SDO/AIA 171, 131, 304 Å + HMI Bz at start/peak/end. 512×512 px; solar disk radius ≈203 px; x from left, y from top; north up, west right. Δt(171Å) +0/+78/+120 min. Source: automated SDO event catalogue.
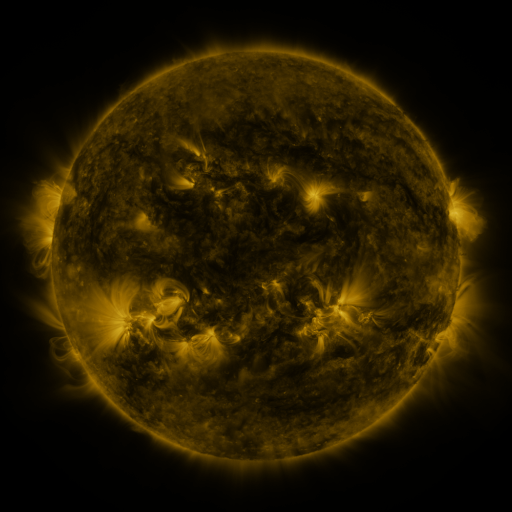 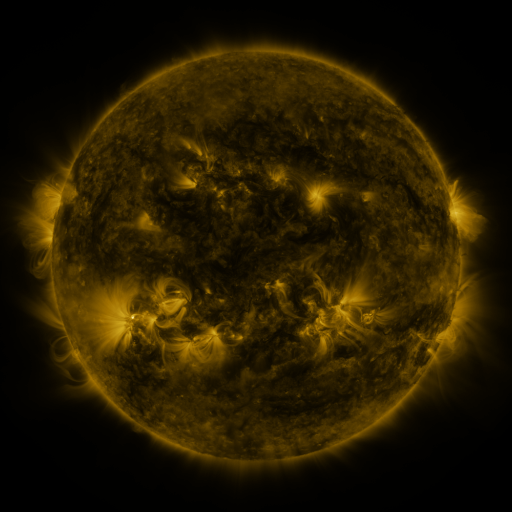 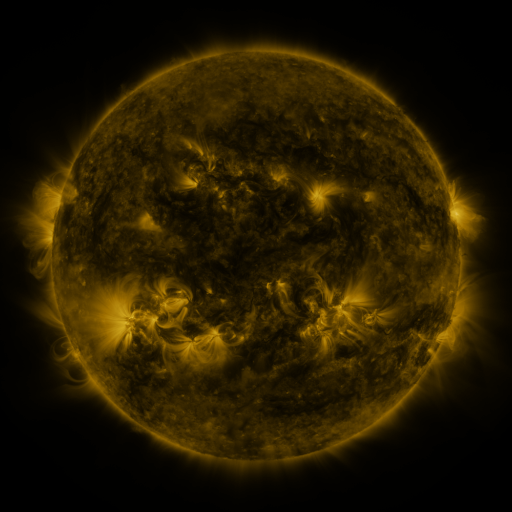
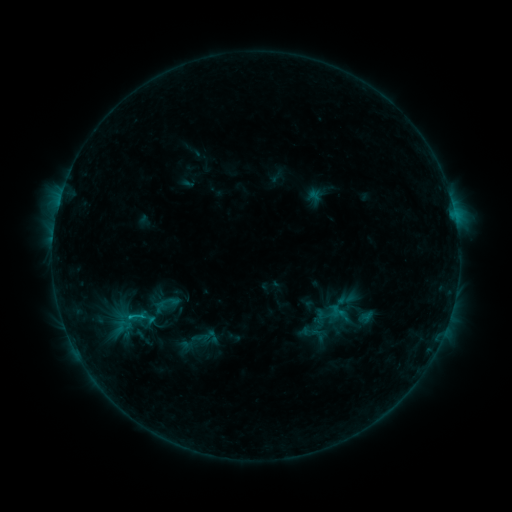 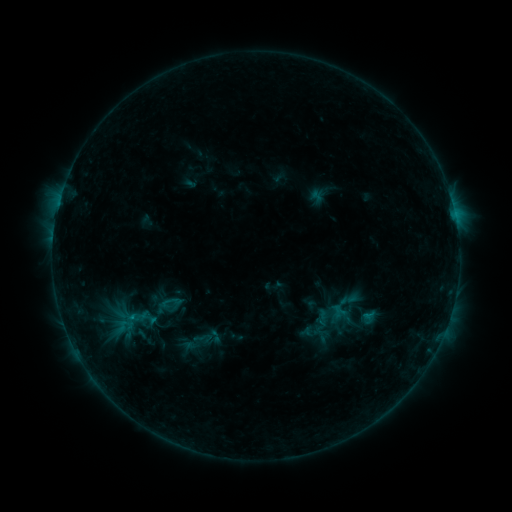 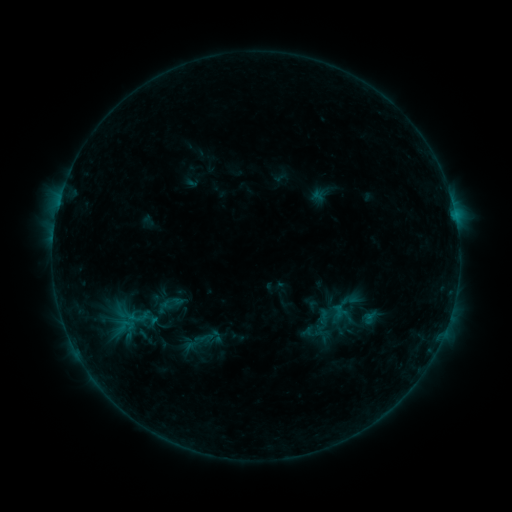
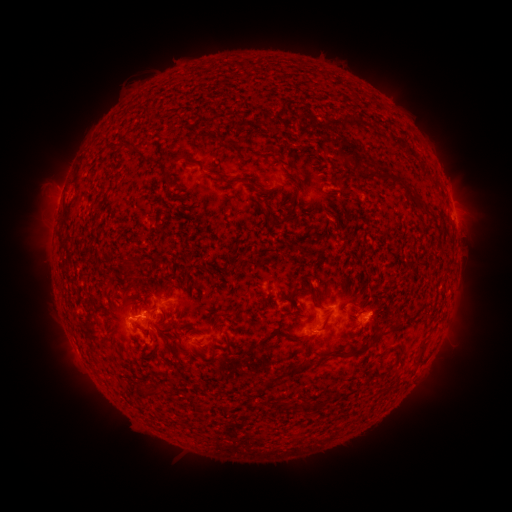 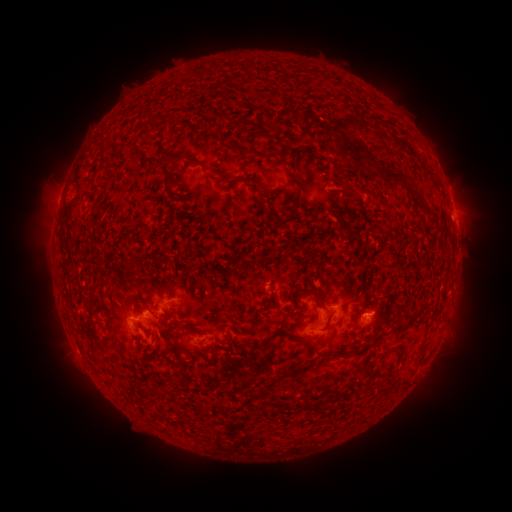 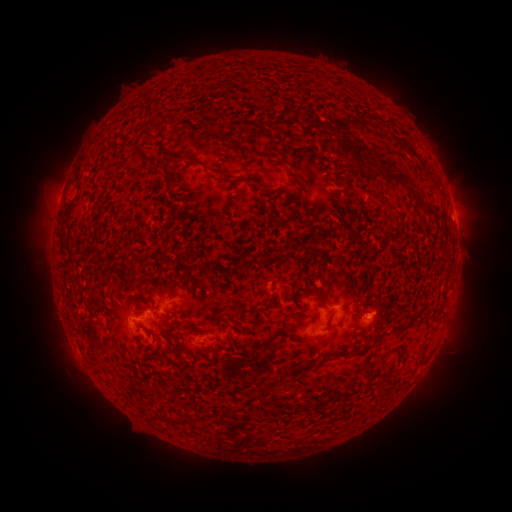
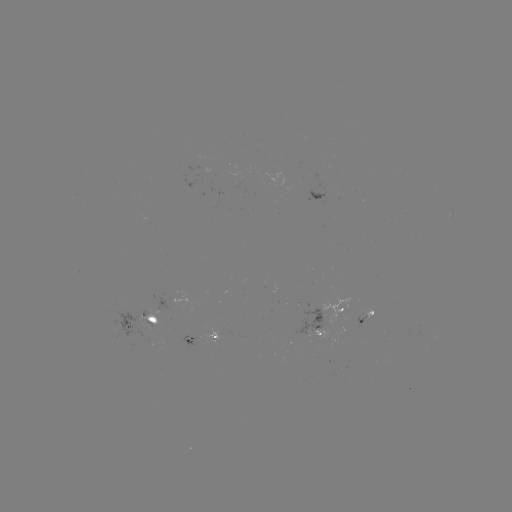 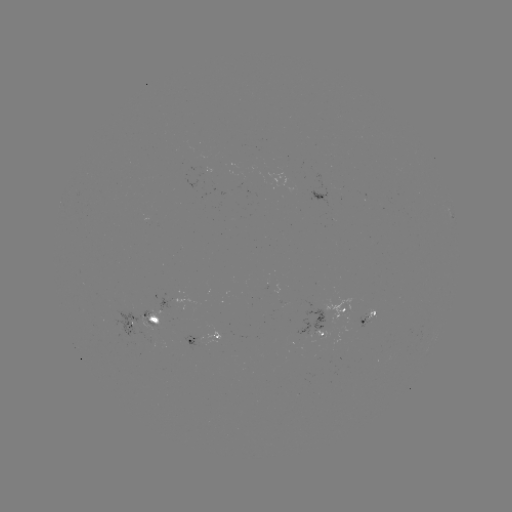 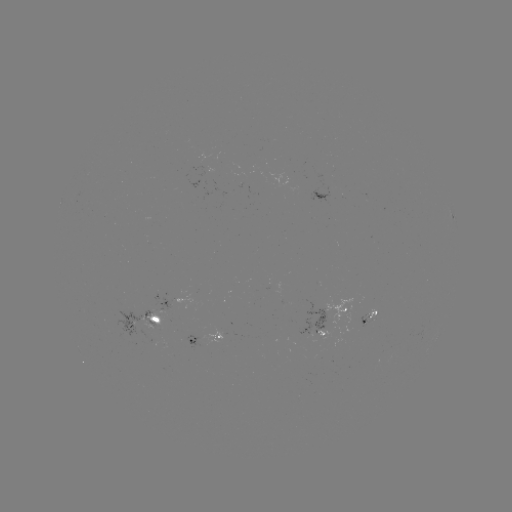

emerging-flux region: (137, 318, 155, 330)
